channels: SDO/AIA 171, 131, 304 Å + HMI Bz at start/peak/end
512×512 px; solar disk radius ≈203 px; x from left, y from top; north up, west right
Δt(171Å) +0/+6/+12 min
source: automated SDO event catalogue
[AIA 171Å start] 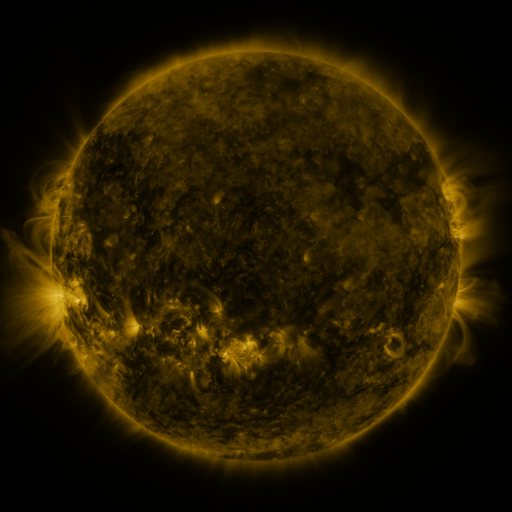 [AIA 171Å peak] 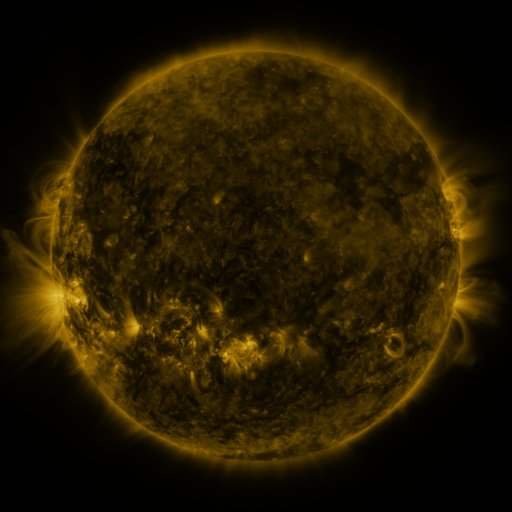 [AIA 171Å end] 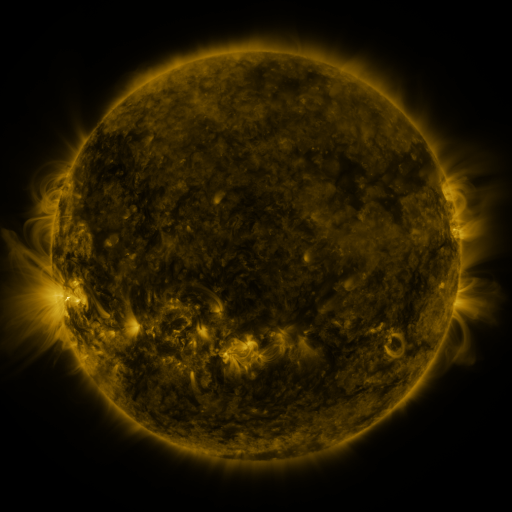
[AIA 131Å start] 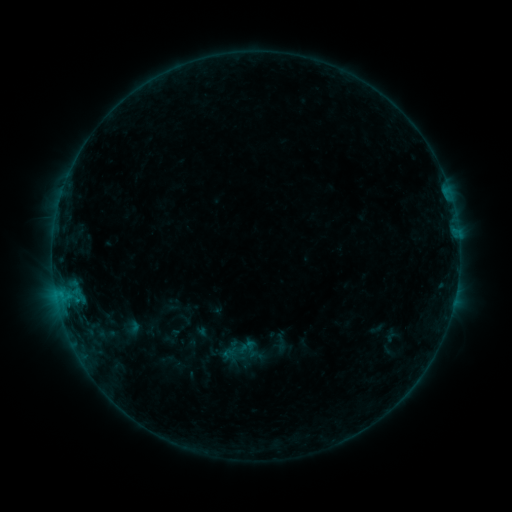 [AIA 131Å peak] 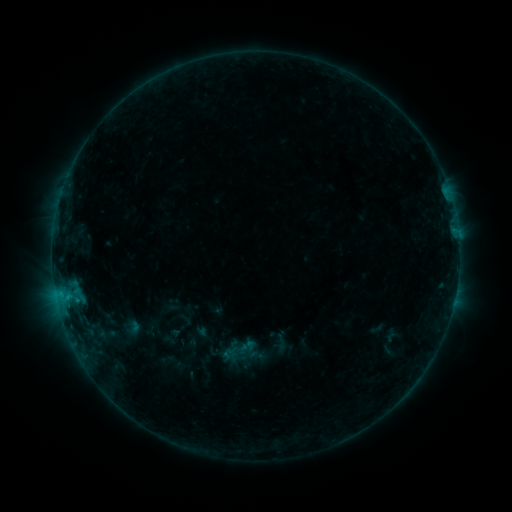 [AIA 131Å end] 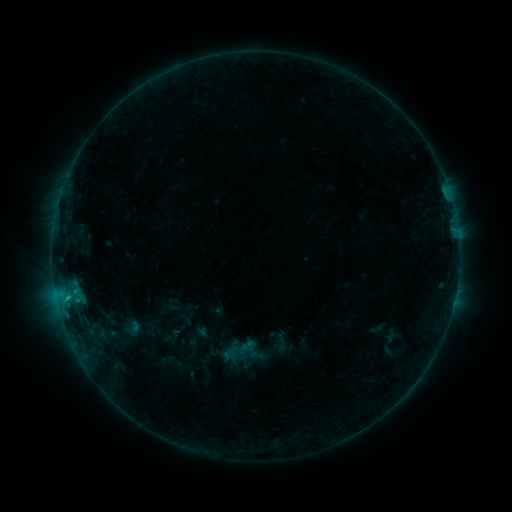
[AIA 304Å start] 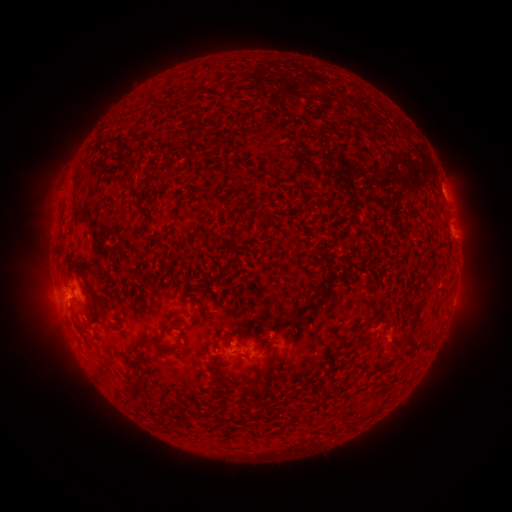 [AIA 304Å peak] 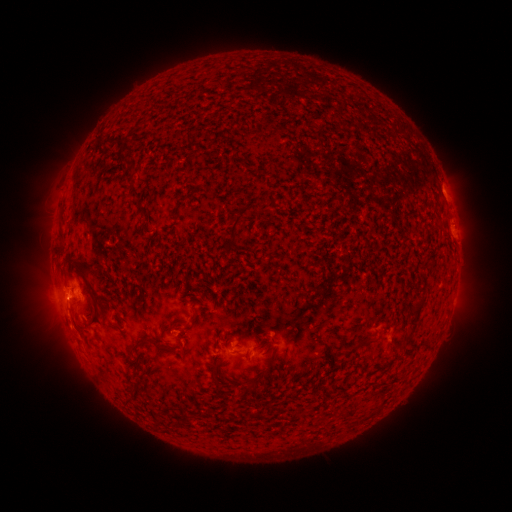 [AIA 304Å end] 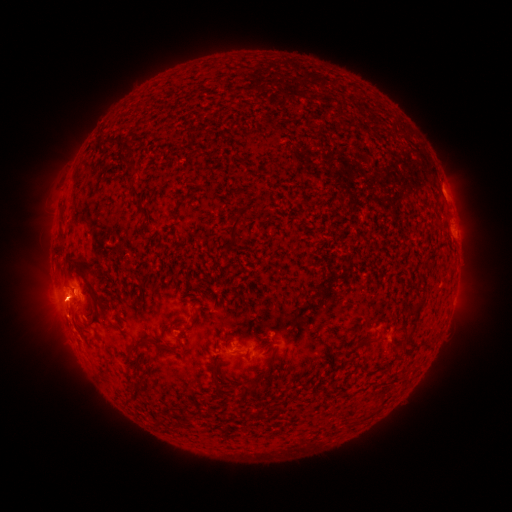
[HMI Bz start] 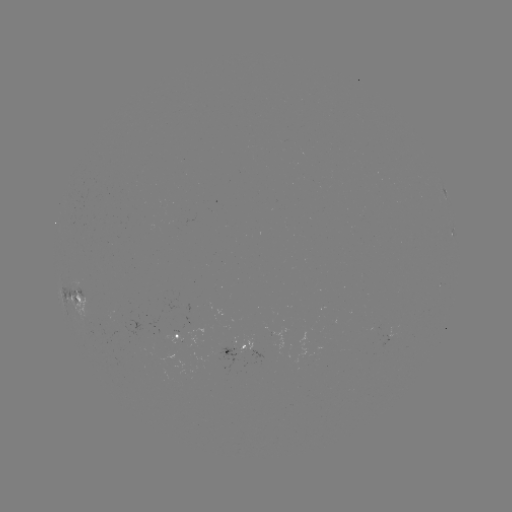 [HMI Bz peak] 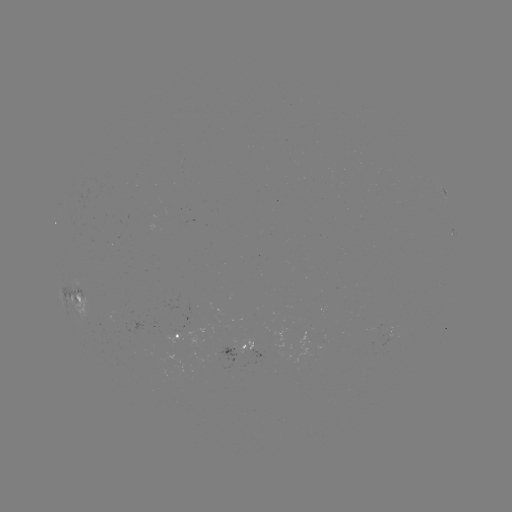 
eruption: <bbox>37, 285, 95, 351</bbox>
